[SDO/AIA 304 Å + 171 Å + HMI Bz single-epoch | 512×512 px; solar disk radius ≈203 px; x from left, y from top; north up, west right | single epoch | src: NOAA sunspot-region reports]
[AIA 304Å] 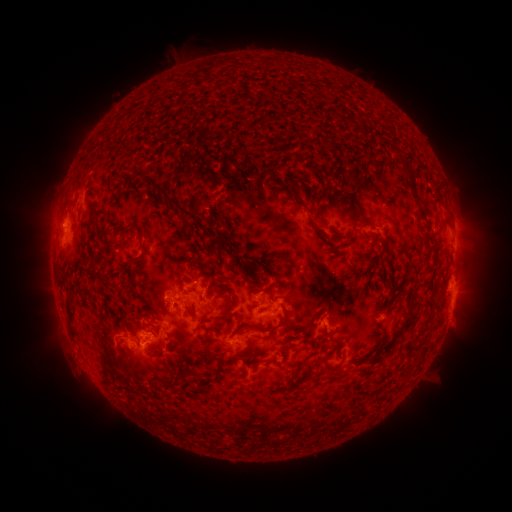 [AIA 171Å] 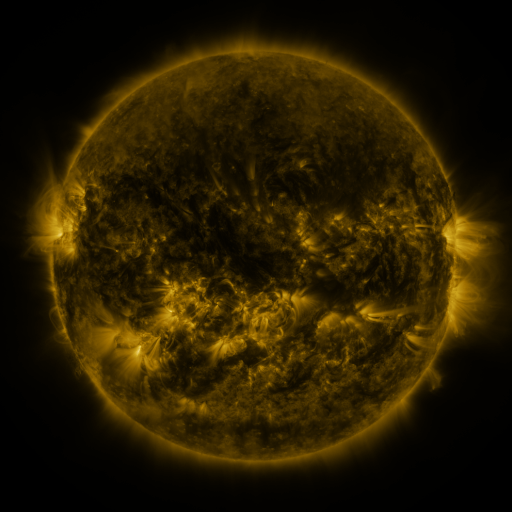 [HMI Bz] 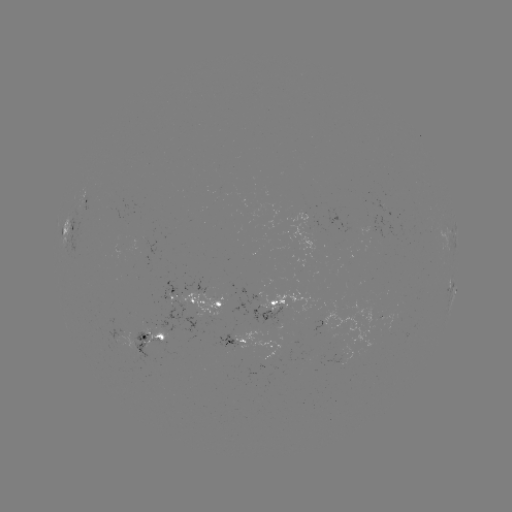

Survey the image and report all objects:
spotted active region: (88, 203)
spotted active region: (455, 230)
spotted active region: (68, 231)
spotted active region: (454, 290)
spotted active region: (200, 300)
spotted active region: (277, 304)
spotted active region: (339, 323)
spotted active region: (153, 338)
spotted active region: (239, 338)
spotted active region: (272, 348)
